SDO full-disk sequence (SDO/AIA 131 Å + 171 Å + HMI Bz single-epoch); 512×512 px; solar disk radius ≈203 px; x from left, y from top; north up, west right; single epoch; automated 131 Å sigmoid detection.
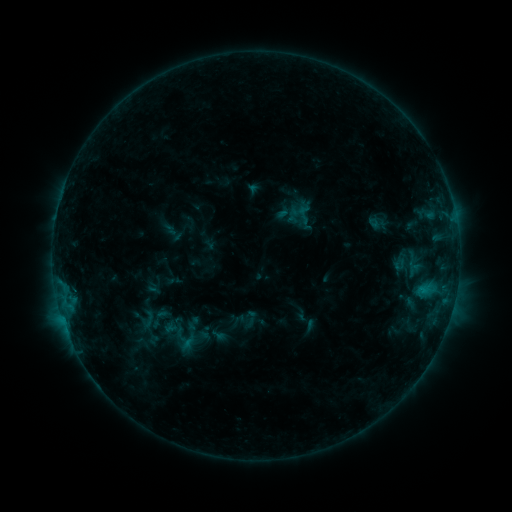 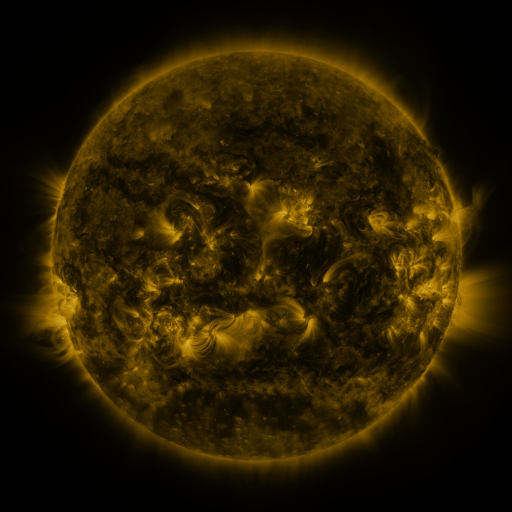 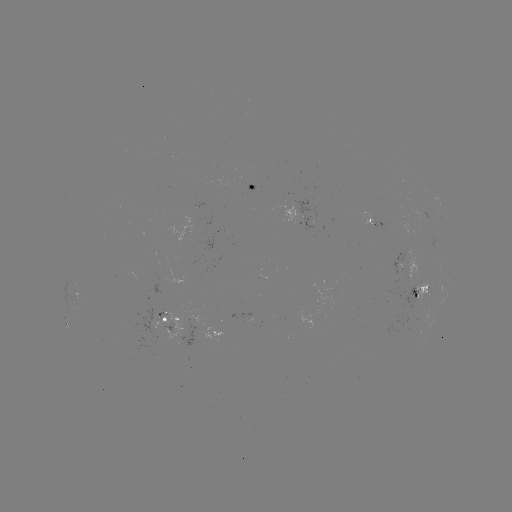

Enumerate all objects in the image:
sigmoid: (251, 318)
sigmoid: (148, 319)
